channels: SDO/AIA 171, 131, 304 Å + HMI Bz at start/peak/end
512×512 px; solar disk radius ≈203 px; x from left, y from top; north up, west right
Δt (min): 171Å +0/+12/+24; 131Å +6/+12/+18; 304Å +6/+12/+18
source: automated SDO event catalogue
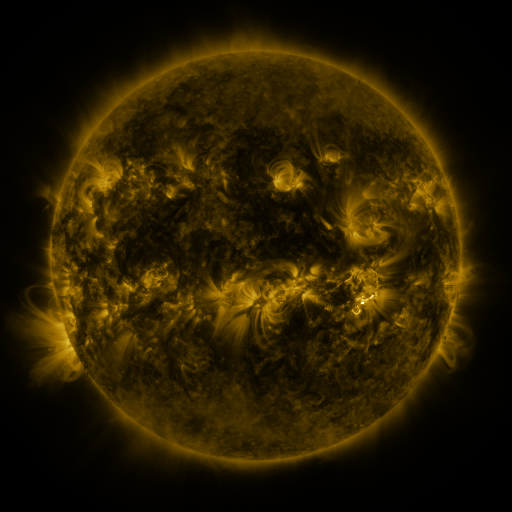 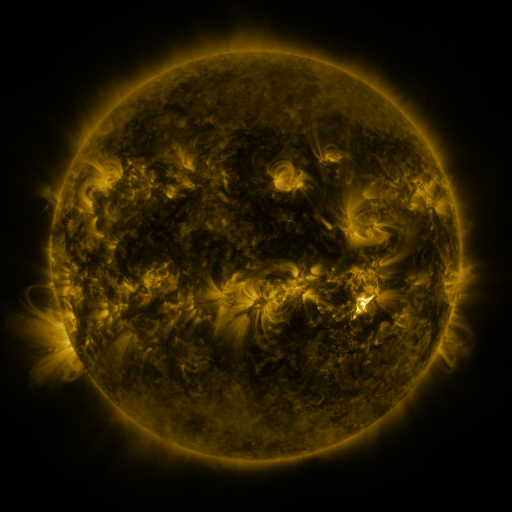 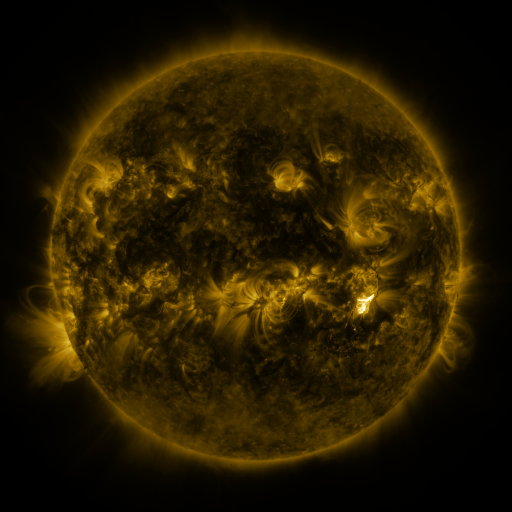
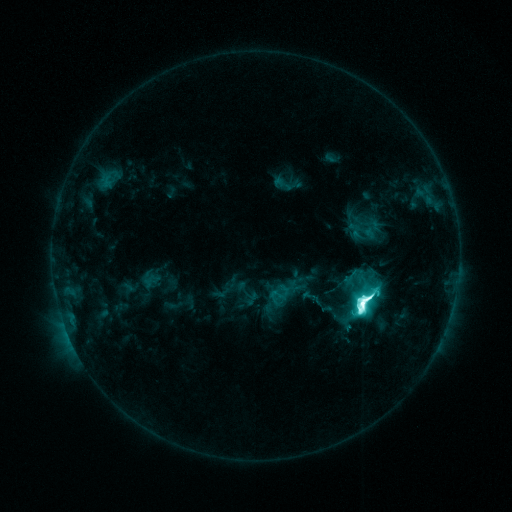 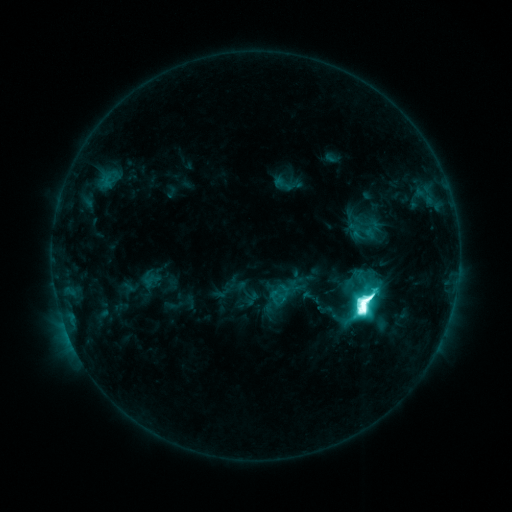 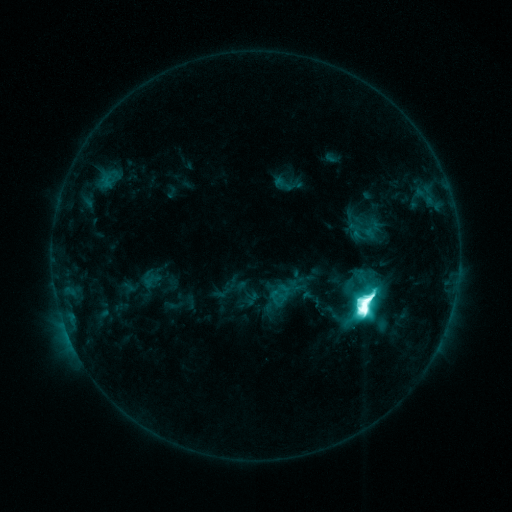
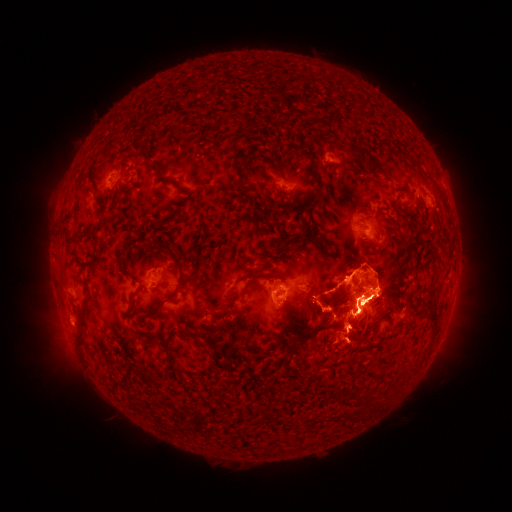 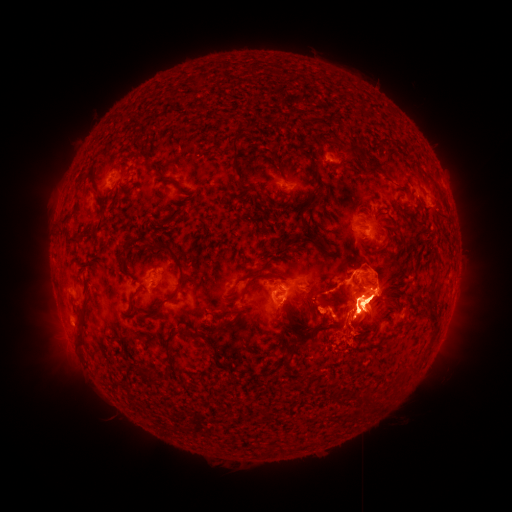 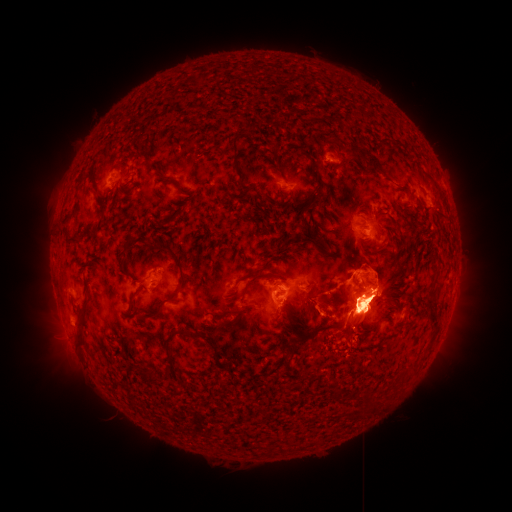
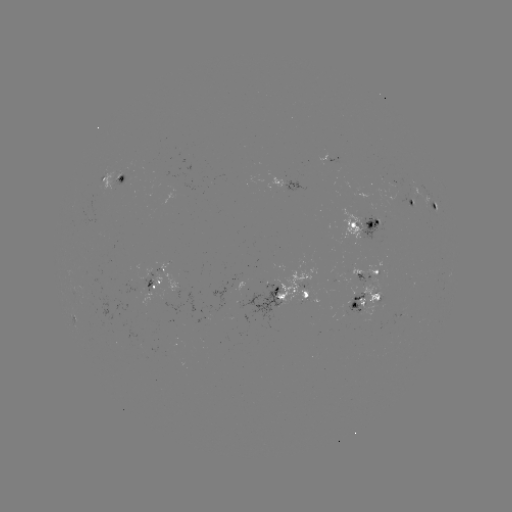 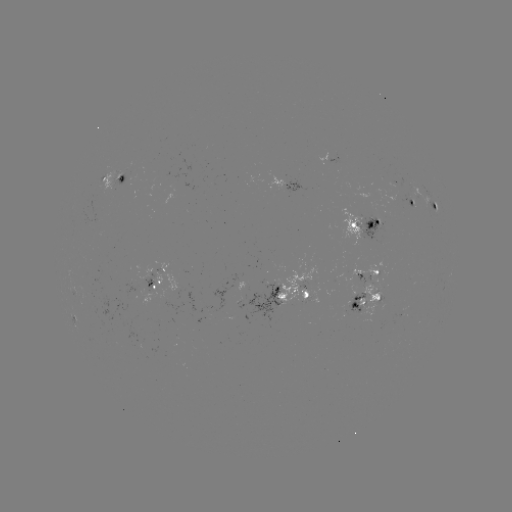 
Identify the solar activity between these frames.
eruption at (343, 263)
